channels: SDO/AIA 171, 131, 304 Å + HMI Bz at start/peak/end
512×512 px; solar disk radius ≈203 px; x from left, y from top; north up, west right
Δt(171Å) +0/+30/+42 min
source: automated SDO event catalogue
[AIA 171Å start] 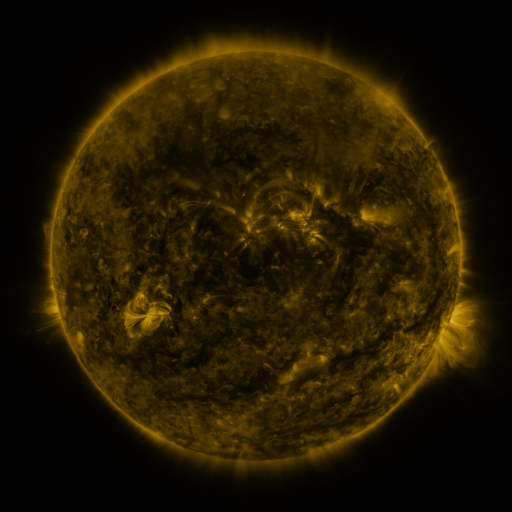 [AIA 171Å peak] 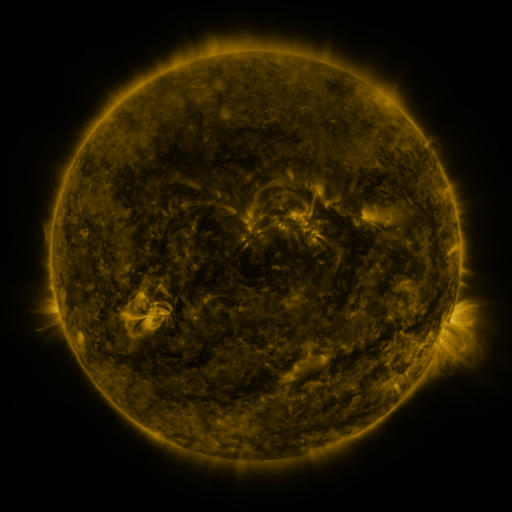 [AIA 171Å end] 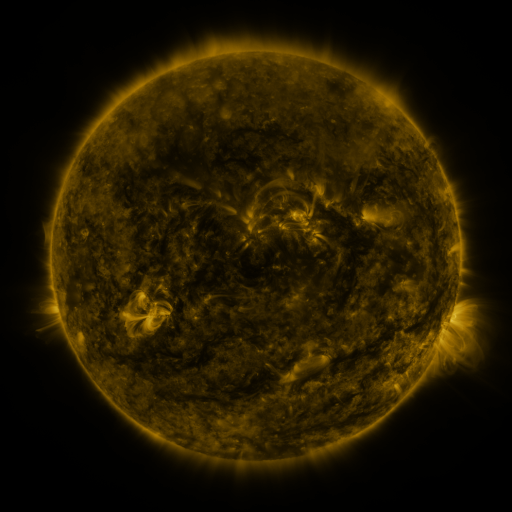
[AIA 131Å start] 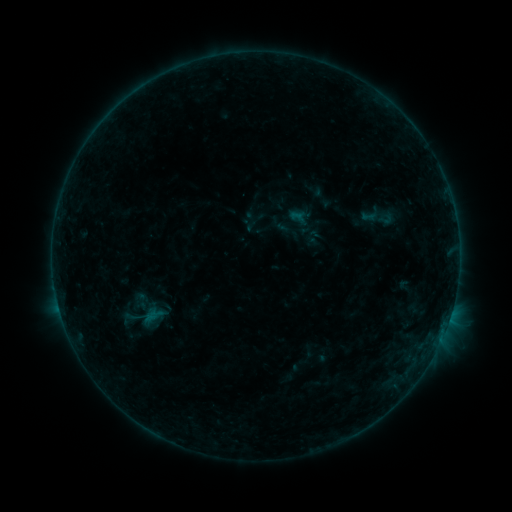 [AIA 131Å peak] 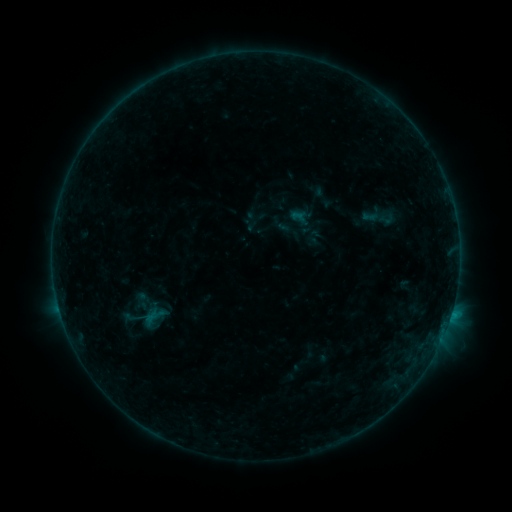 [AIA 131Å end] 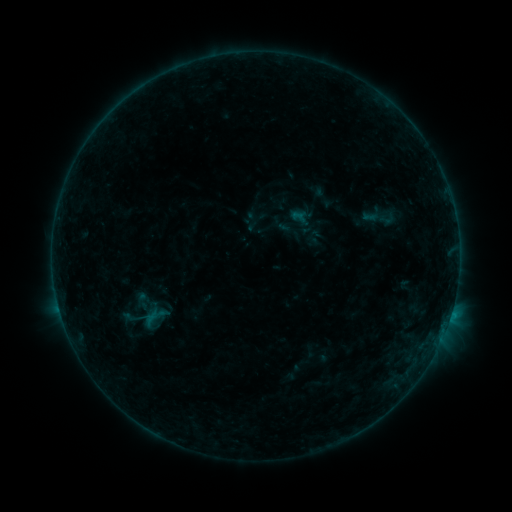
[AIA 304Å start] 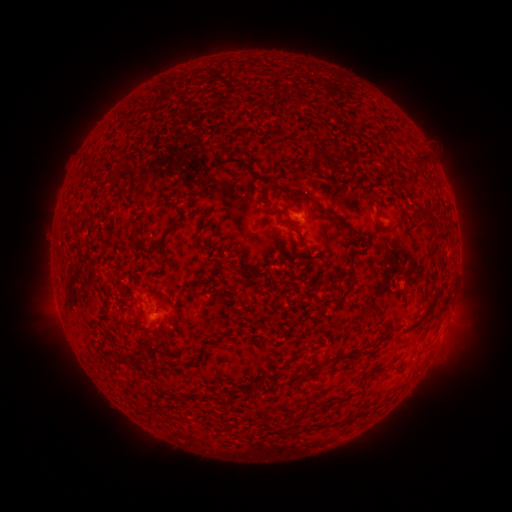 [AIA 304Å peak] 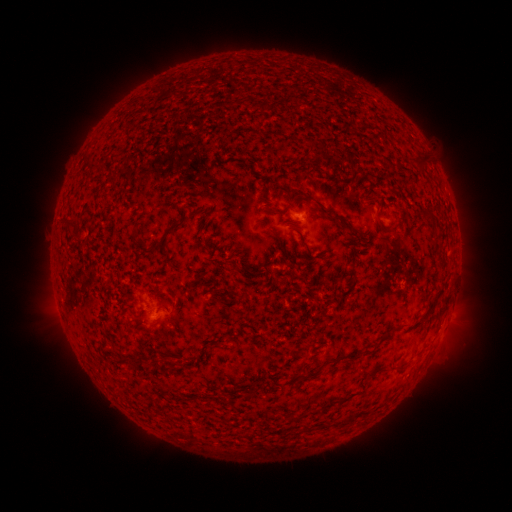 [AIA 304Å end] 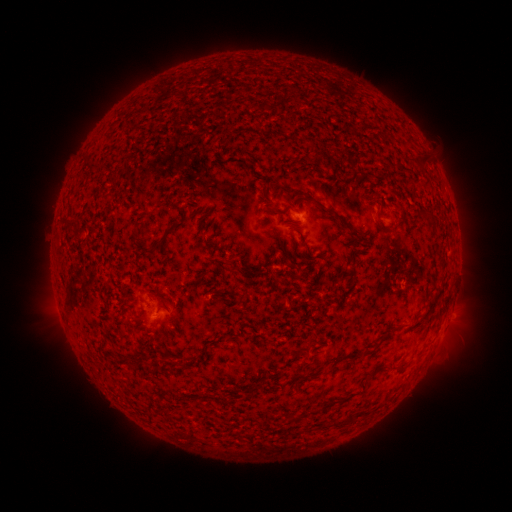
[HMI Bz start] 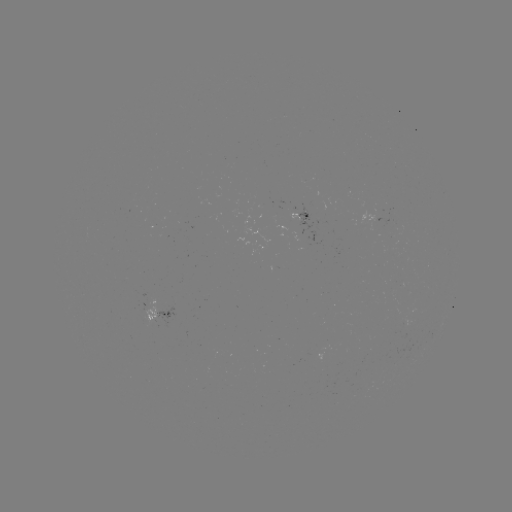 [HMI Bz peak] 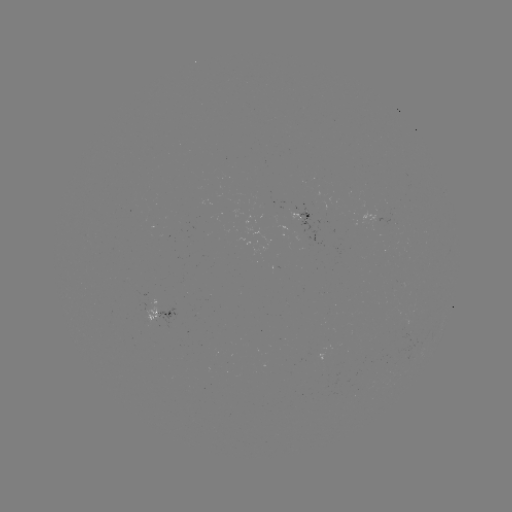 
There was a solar flare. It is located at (151, 324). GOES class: B4.0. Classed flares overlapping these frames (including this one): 1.